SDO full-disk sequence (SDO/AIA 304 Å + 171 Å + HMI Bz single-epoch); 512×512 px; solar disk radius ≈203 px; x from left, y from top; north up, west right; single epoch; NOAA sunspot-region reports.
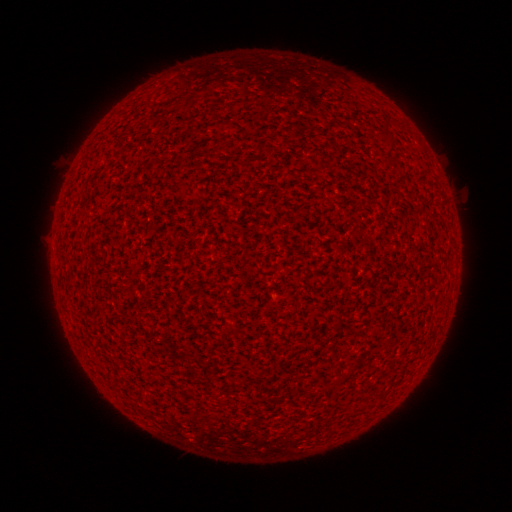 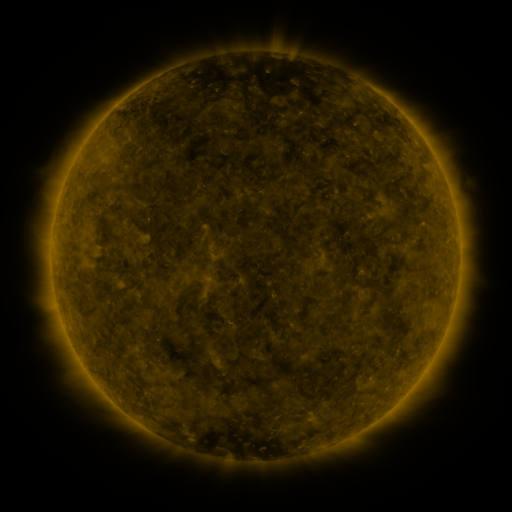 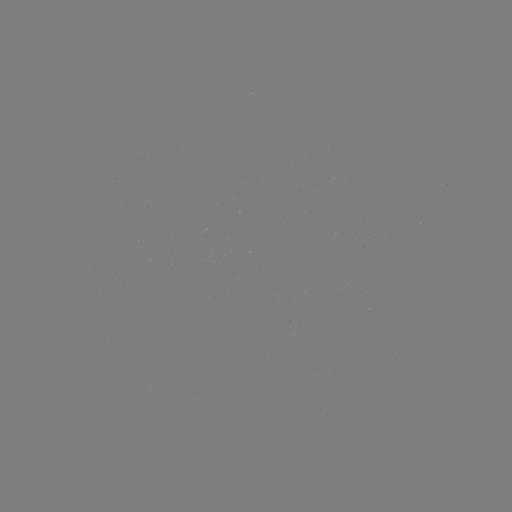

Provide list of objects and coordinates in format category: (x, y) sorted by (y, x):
(none)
